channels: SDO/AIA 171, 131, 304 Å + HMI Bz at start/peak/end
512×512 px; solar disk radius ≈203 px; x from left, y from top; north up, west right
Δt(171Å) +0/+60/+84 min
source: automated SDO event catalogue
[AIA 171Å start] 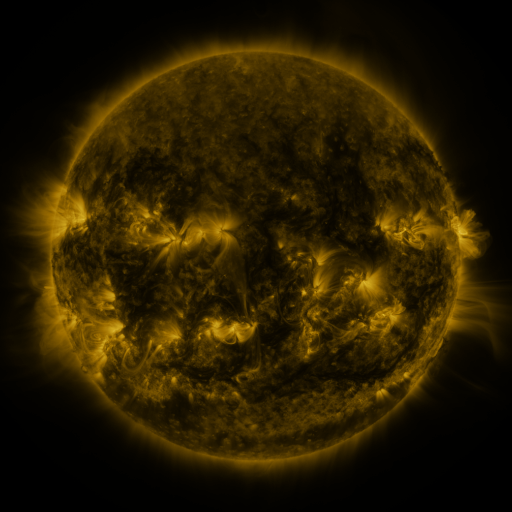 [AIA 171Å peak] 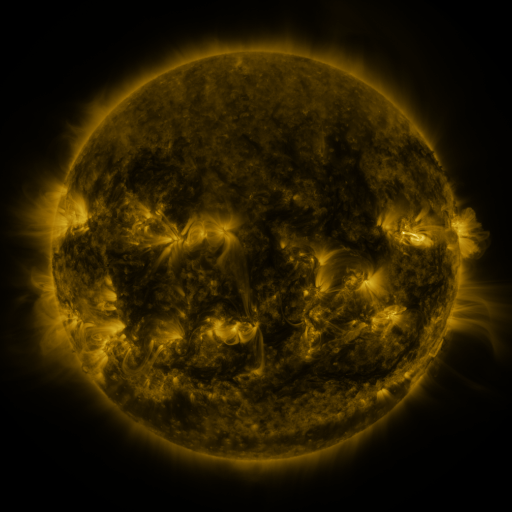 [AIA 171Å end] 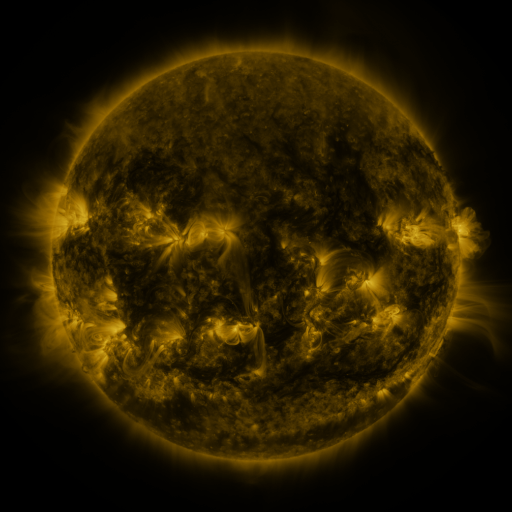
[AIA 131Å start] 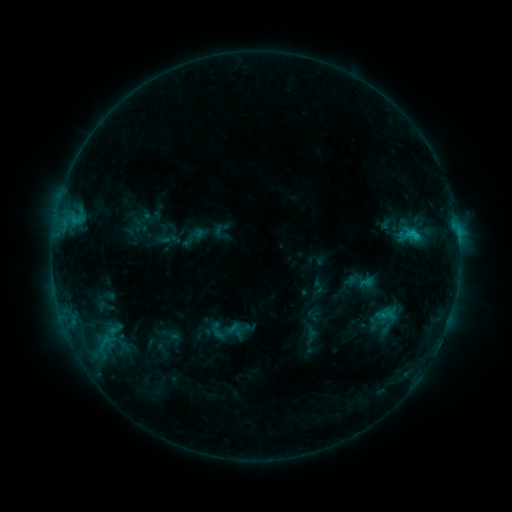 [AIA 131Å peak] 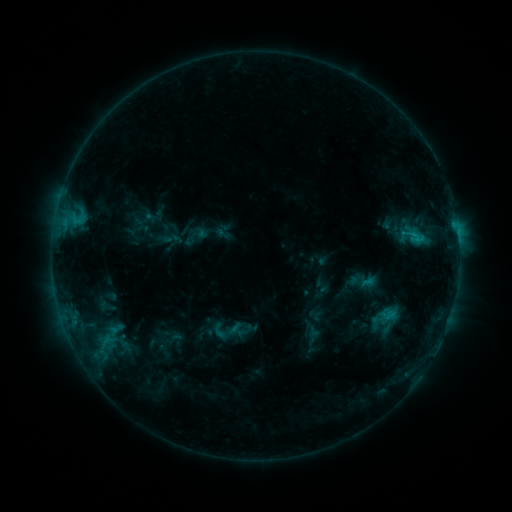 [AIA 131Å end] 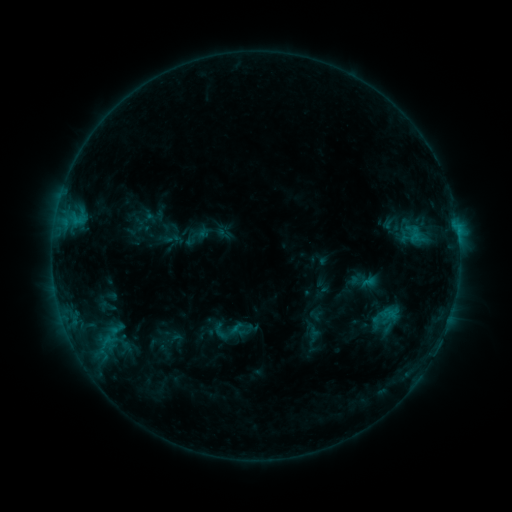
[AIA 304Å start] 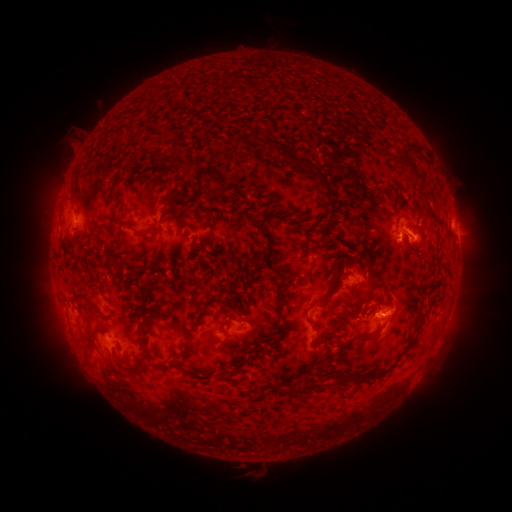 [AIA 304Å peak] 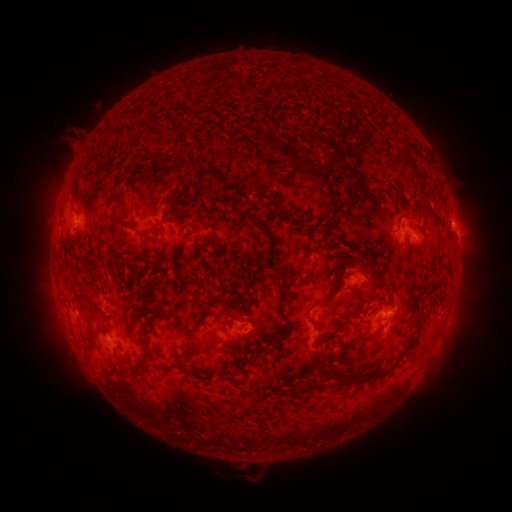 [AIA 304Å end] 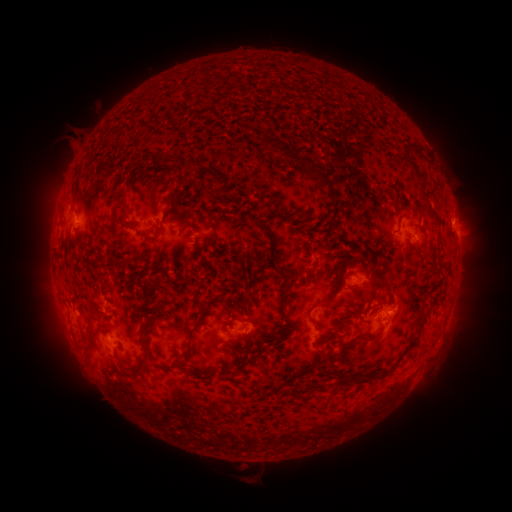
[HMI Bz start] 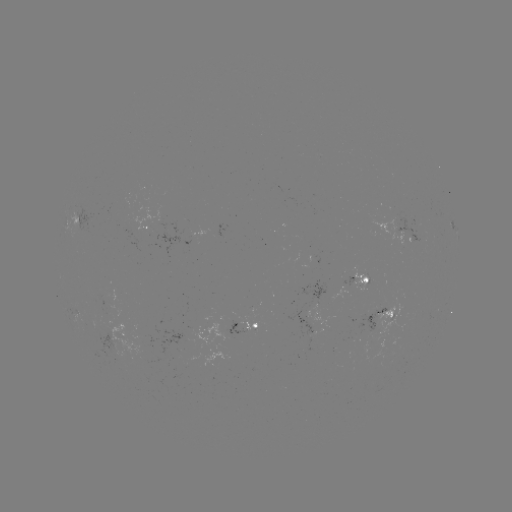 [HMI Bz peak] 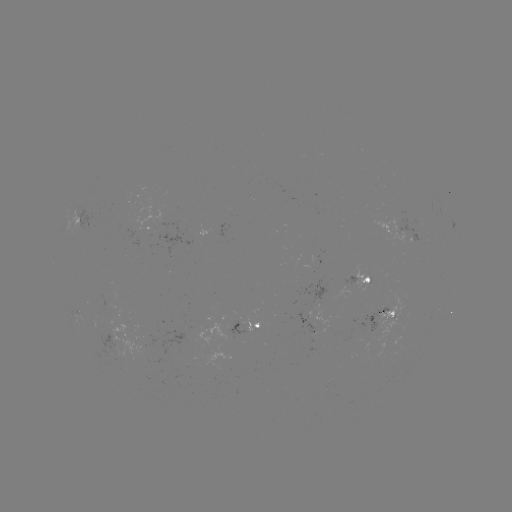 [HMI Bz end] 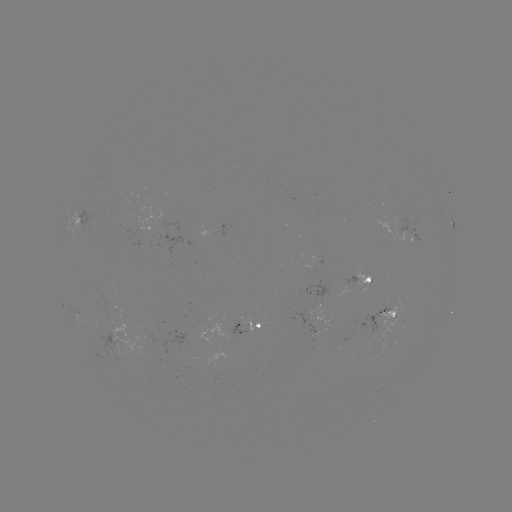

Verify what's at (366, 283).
emerging-flux region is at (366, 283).